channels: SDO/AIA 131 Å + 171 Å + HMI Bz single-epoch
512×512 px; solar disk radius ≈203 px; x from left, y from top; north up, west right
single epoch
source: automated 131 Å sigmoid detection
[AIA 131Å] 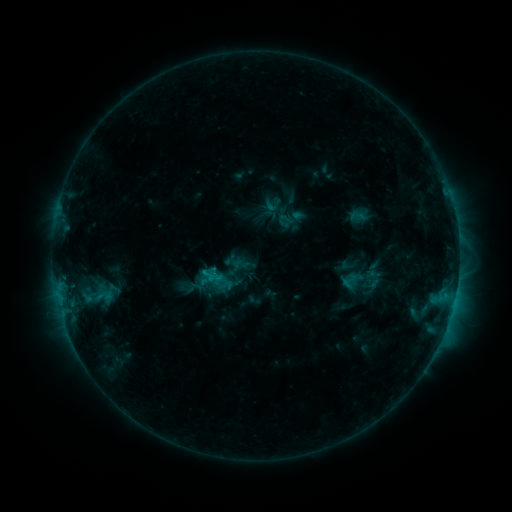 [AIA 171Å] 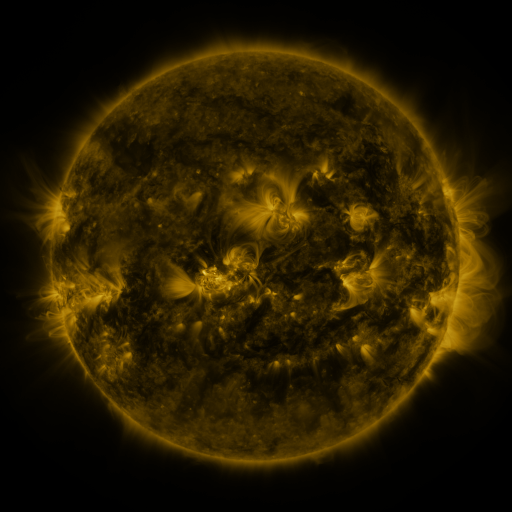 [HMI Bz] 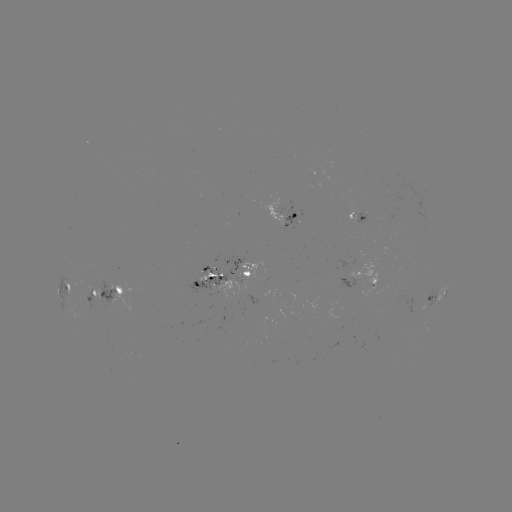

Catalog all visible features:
sigmoid: (339, 270, 359, 292)
